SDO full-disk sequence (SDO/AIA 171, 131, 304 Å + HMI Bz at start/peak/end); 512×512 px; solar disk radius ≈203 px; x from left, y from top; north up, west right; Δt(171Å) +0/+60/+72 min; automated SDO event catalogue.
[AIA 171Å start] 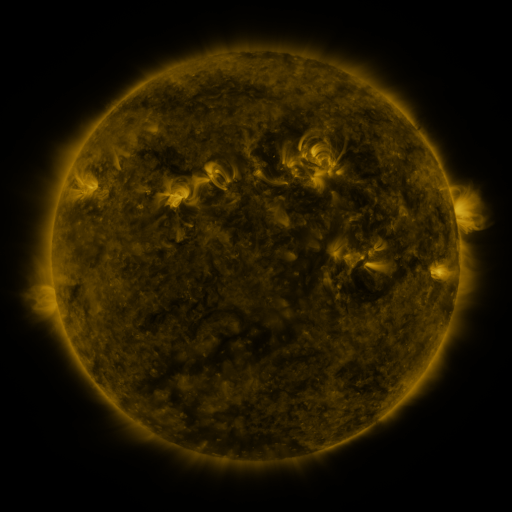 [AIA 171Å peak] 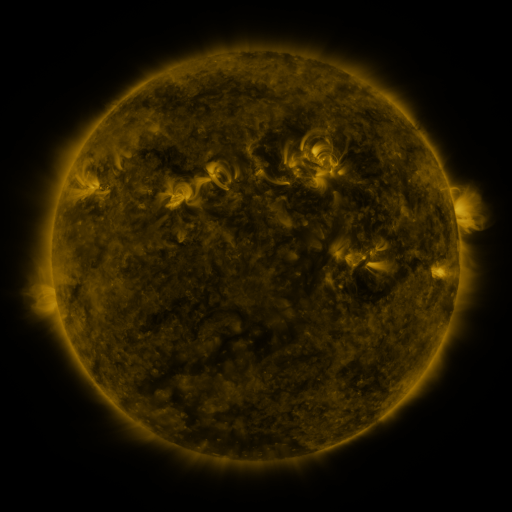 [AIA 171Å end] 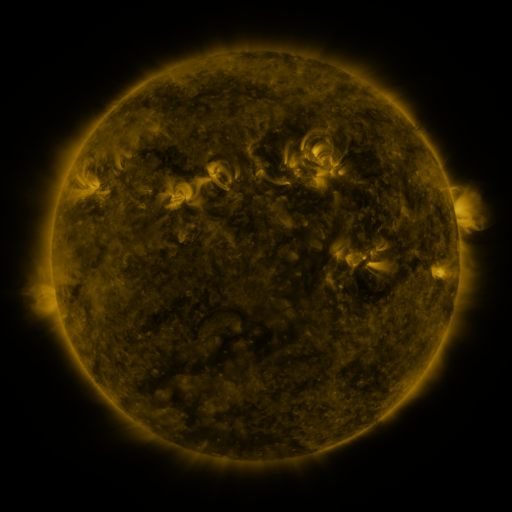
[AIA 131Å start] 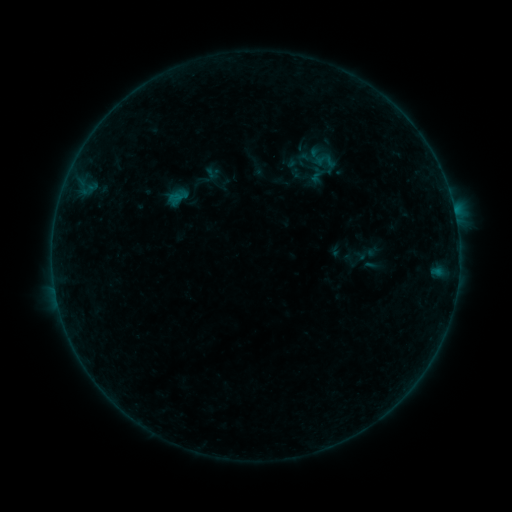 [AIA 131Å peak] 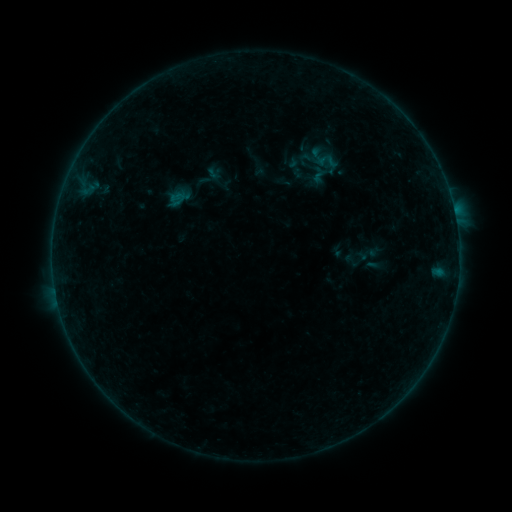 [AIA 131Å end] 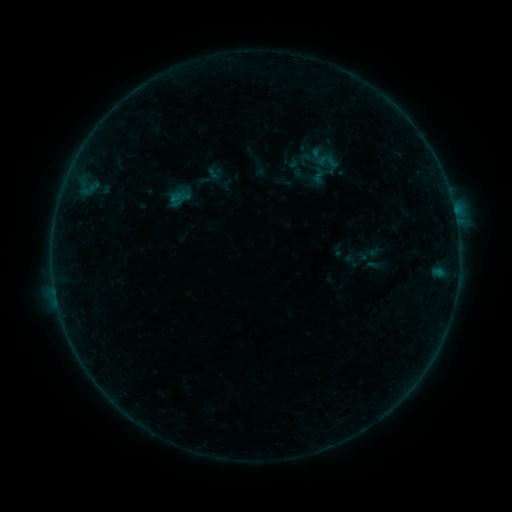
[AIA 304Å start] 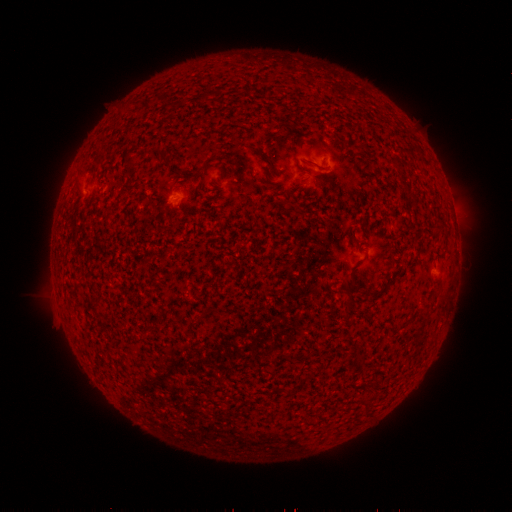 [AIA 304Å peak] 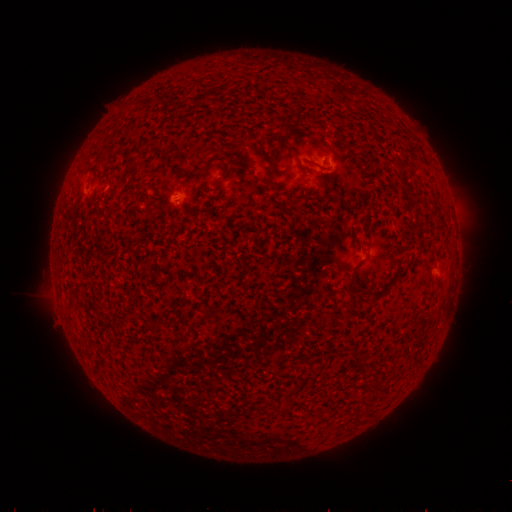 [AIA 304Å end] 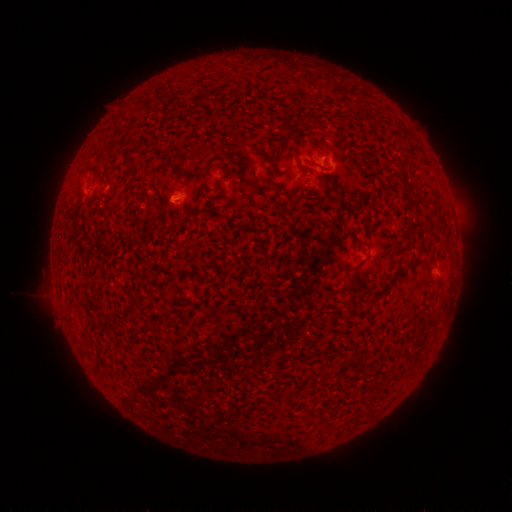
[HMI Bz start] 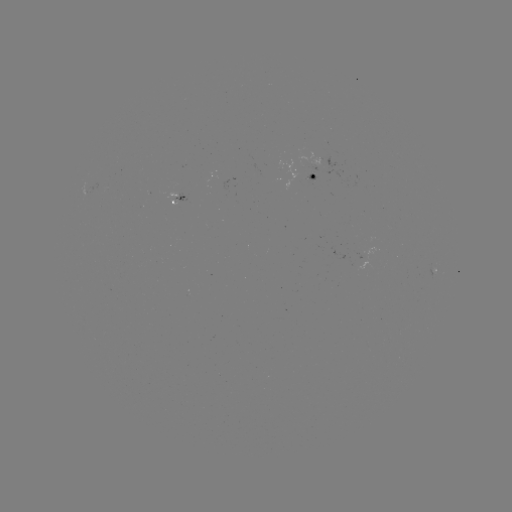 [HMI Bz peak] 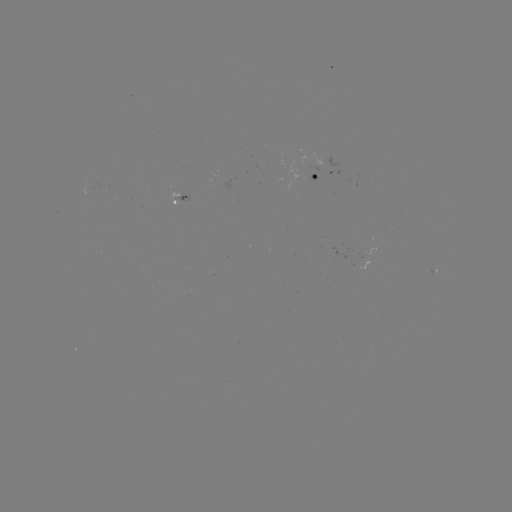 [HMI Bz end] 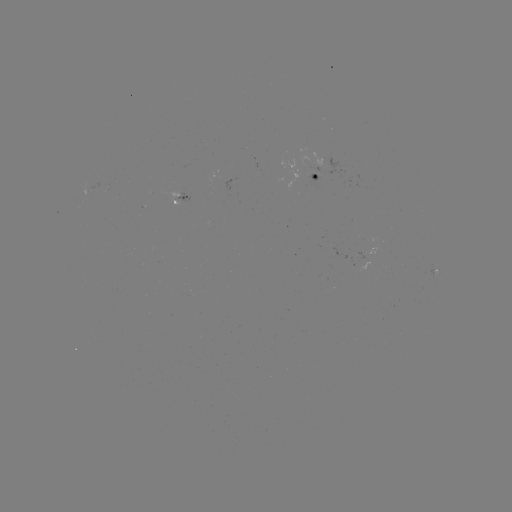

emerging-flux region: (353, 260, 367, 268)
